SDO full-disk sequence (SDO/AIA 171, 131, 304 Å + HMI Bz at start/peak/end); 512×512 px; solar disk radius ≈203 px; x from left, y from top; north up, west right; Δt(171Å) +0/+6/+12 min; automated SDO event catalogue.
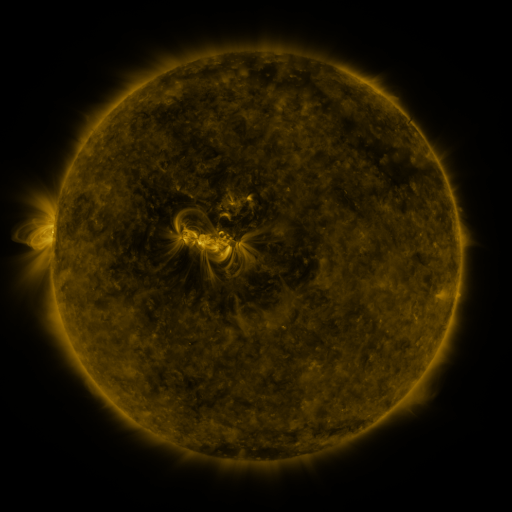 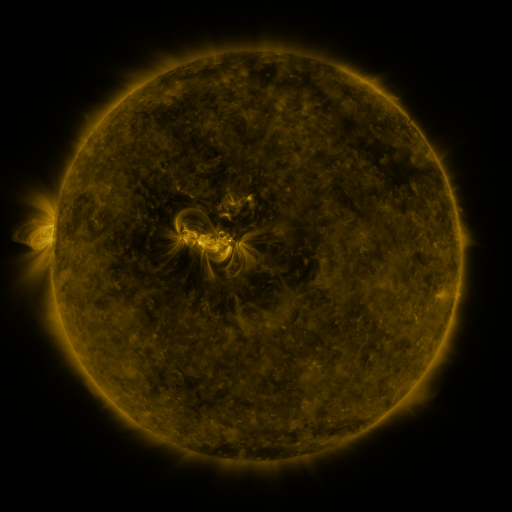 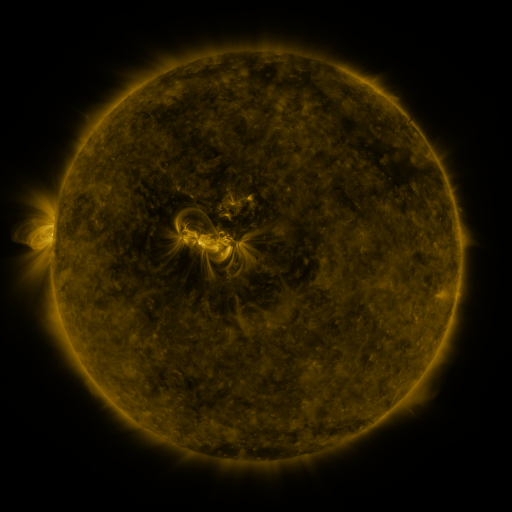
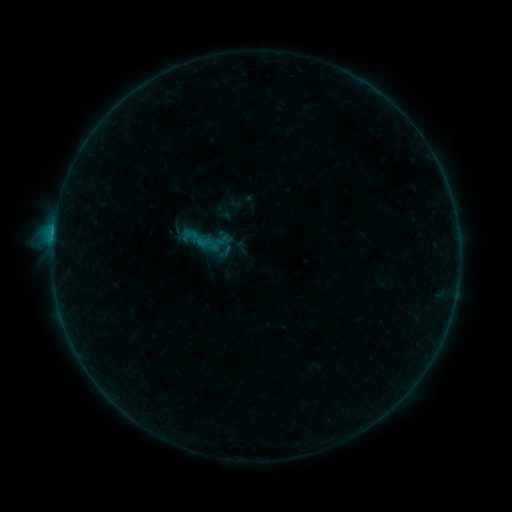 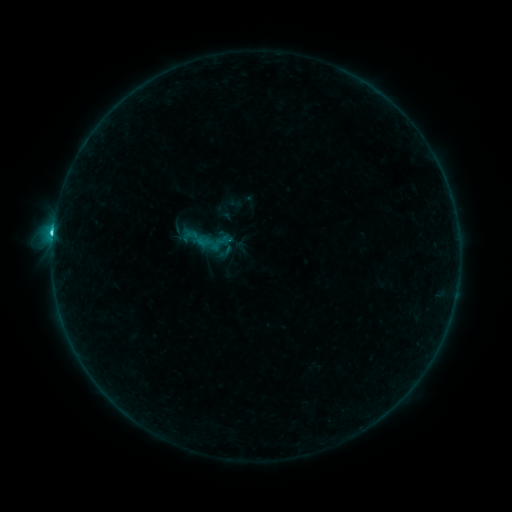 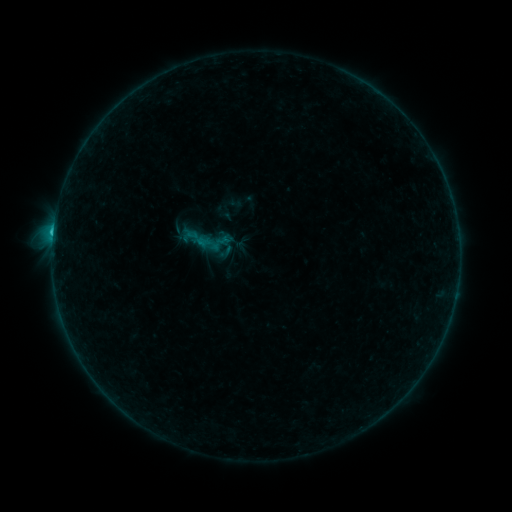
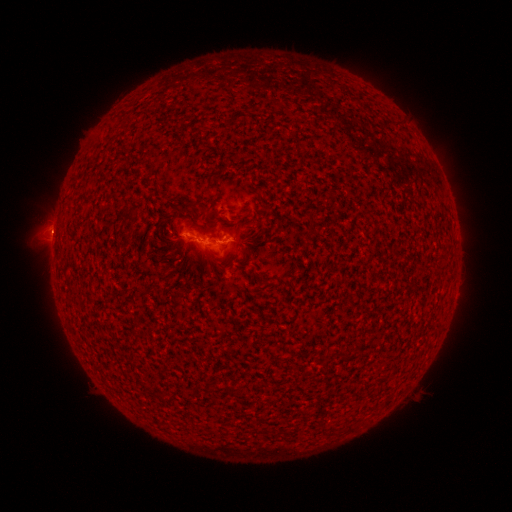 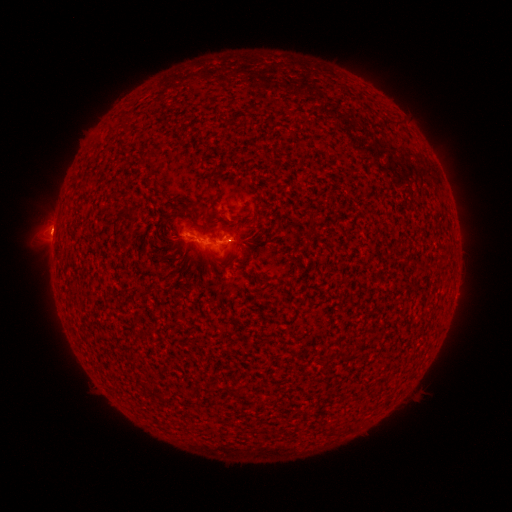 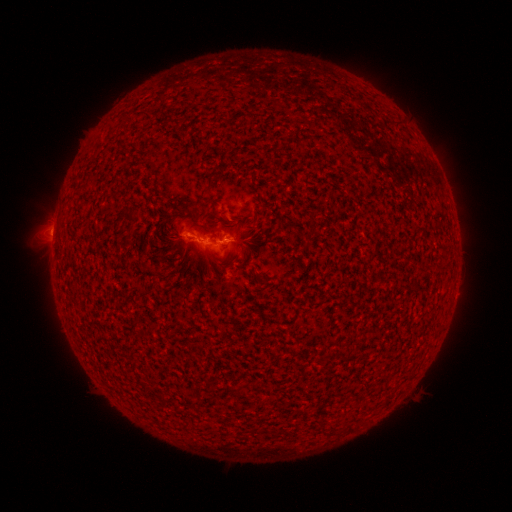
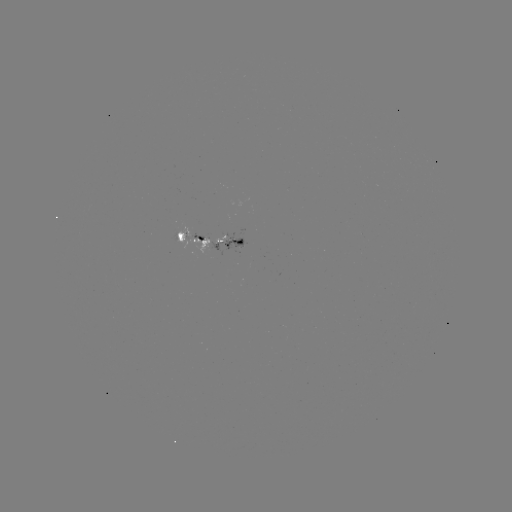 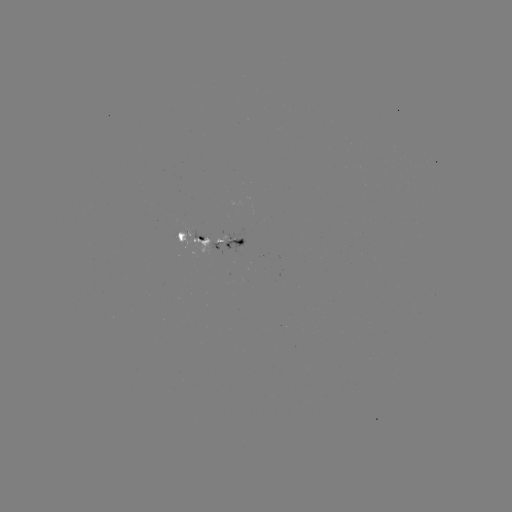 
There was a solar flare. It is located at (53, 235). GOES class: C1.4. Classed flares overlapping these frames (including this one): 1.